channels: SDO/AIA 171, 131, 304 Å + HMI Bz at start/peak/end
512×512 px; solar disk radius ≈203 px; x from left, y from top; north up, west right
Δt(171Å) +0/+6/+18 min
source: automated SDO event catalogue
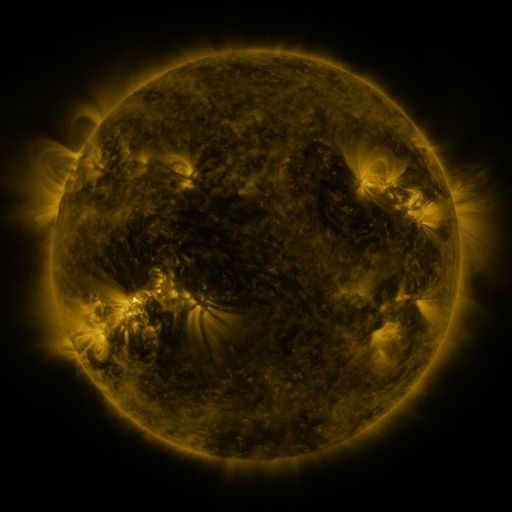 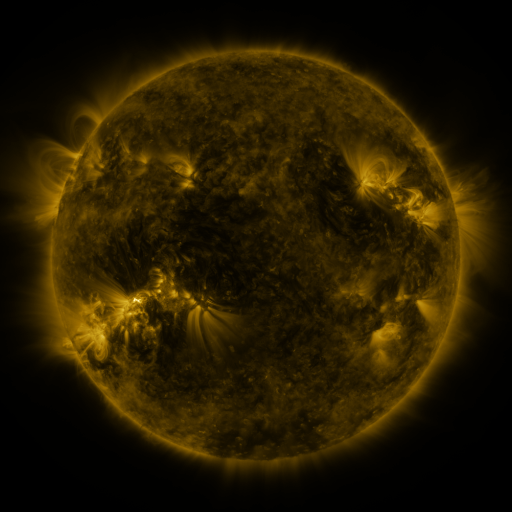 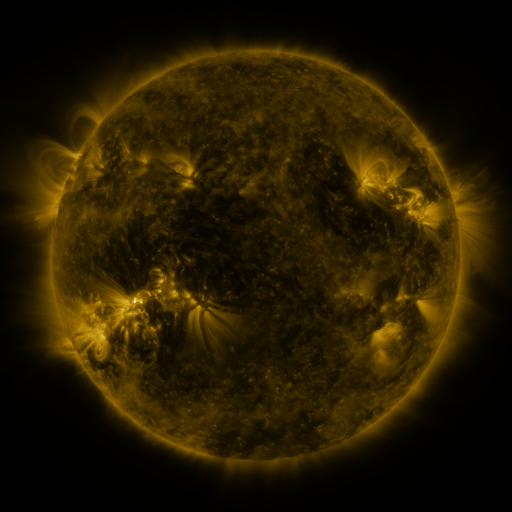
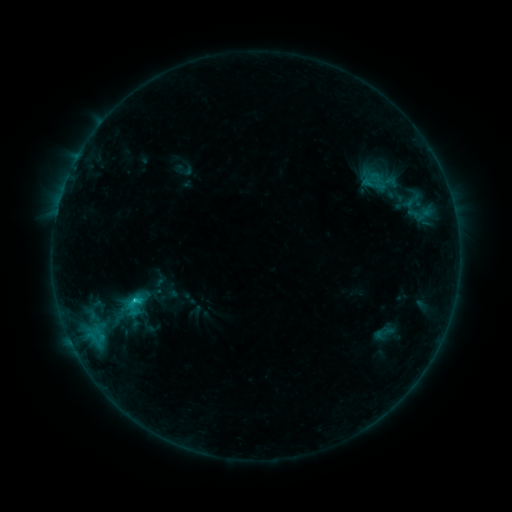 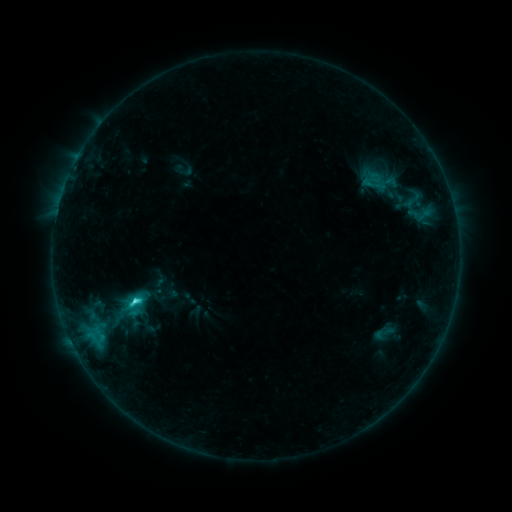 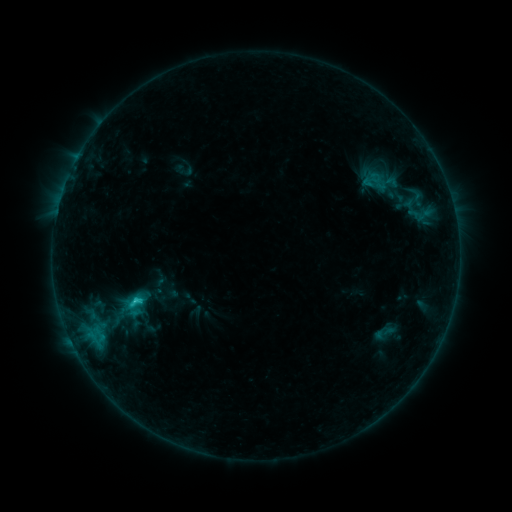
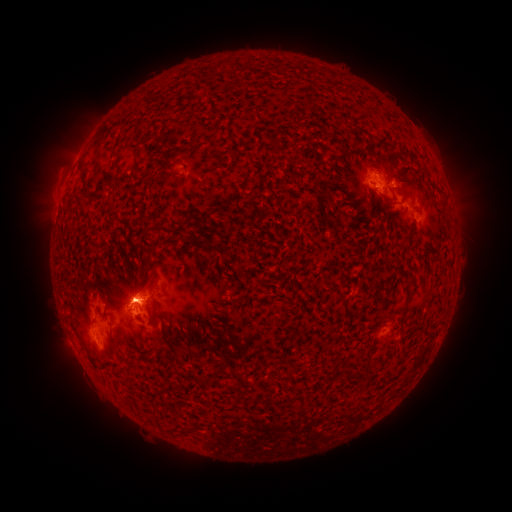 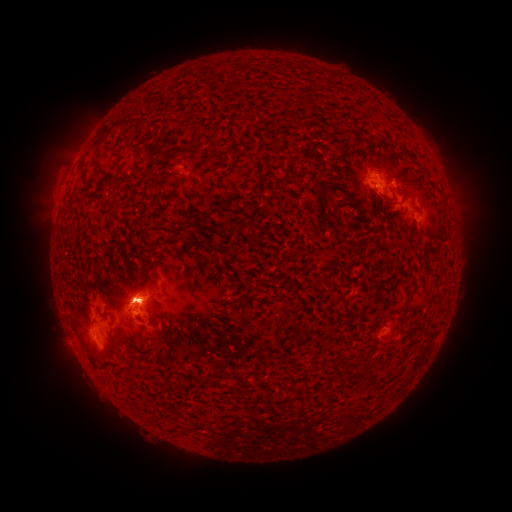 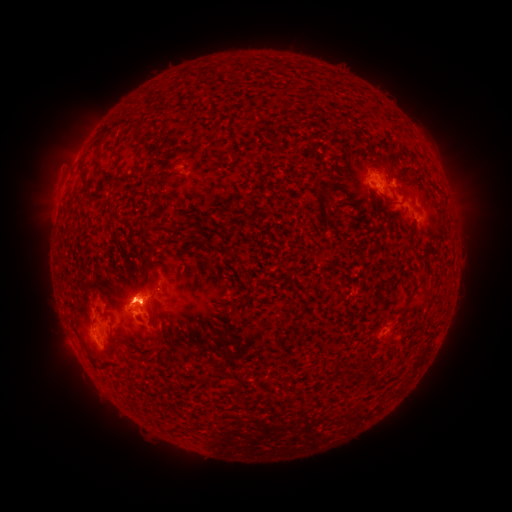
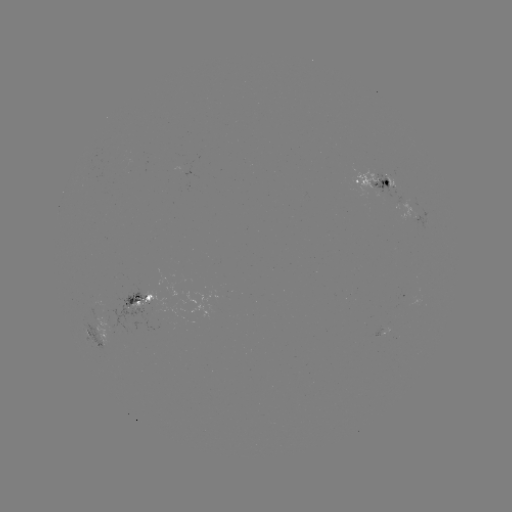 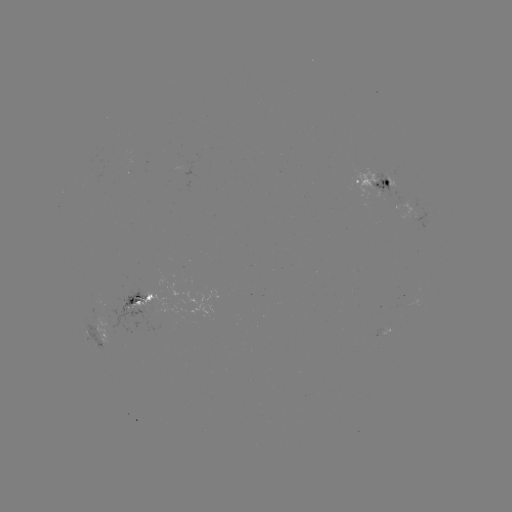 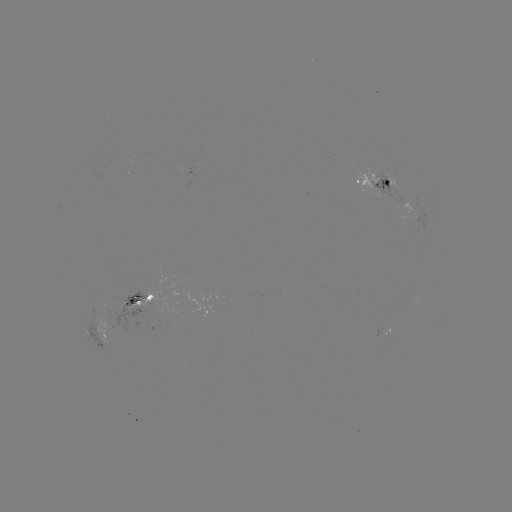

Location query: C2.6 flare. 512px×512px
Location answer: (138, 298).